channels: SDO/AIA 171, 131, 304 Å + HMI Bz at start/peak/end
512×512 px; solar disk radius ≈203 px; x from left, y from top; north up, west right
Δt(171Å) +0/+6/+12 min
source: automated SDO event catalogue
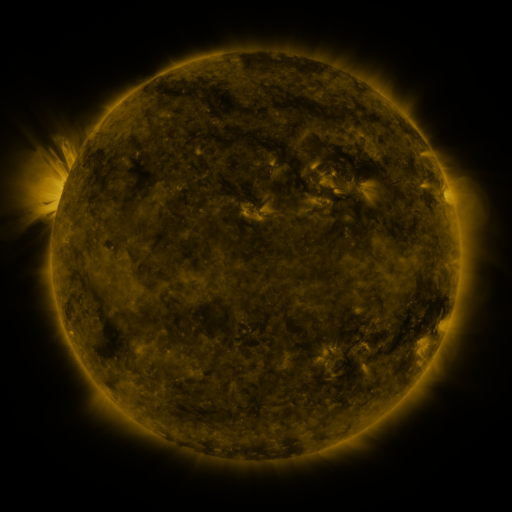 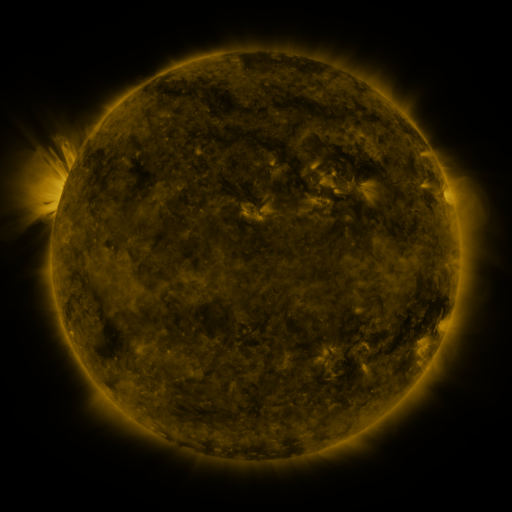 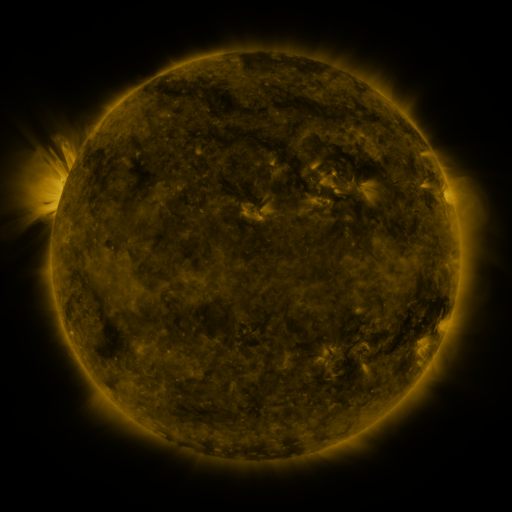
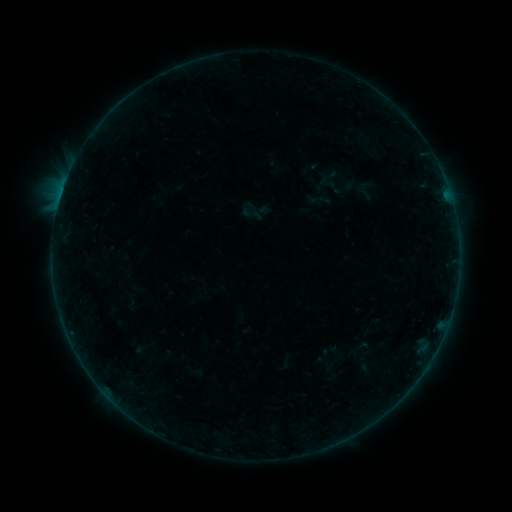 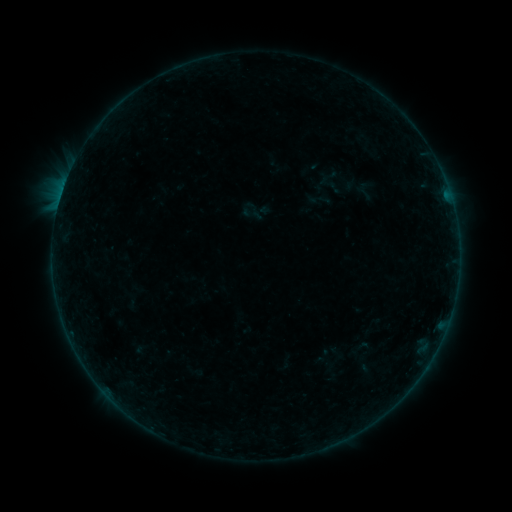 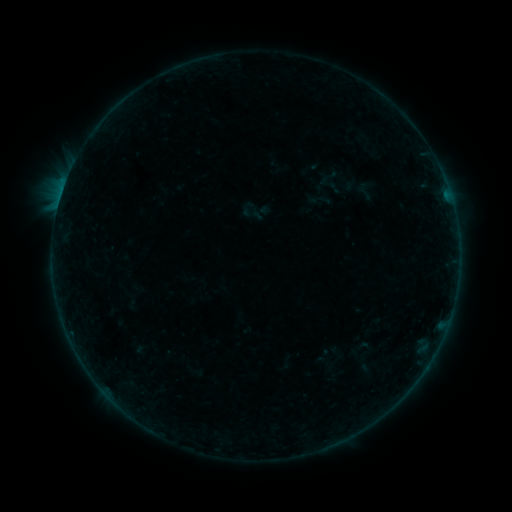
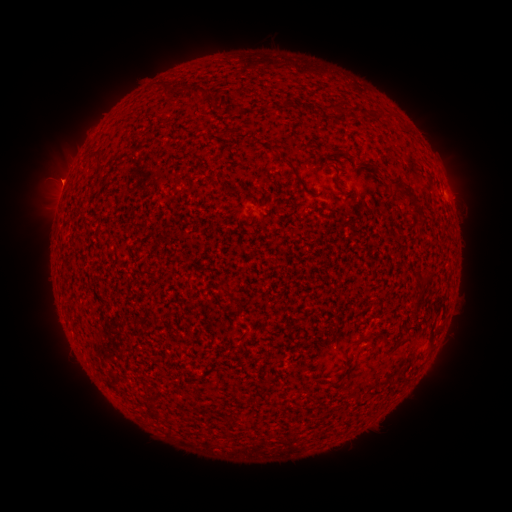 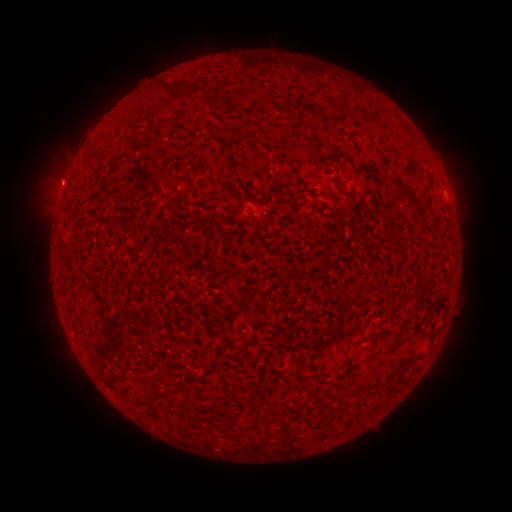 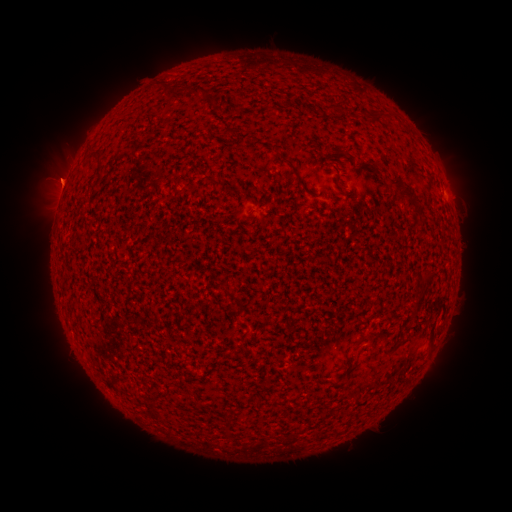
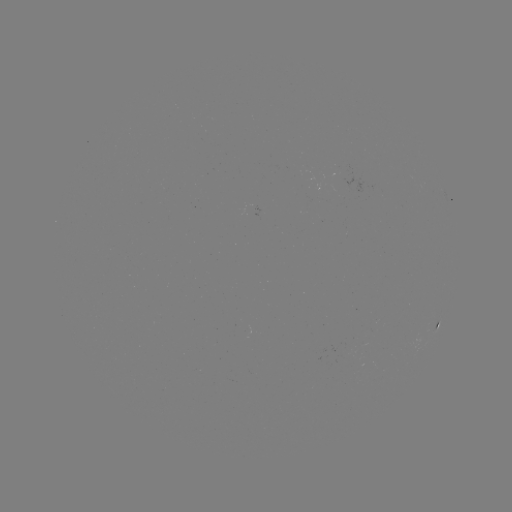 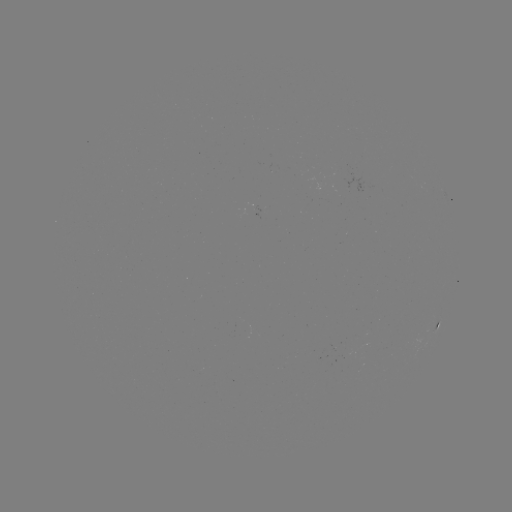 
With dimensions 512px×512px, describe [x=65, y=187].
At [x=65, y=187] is B2.2 flare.